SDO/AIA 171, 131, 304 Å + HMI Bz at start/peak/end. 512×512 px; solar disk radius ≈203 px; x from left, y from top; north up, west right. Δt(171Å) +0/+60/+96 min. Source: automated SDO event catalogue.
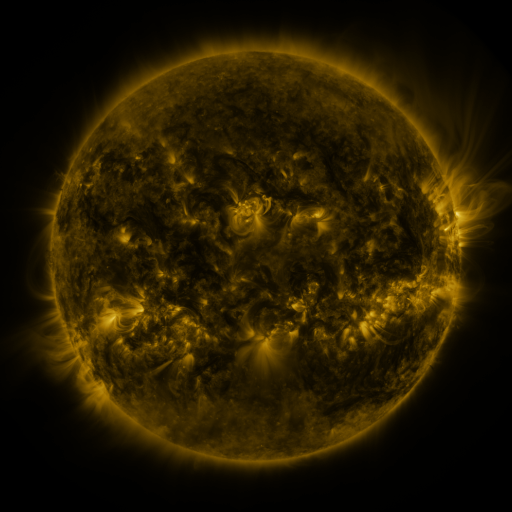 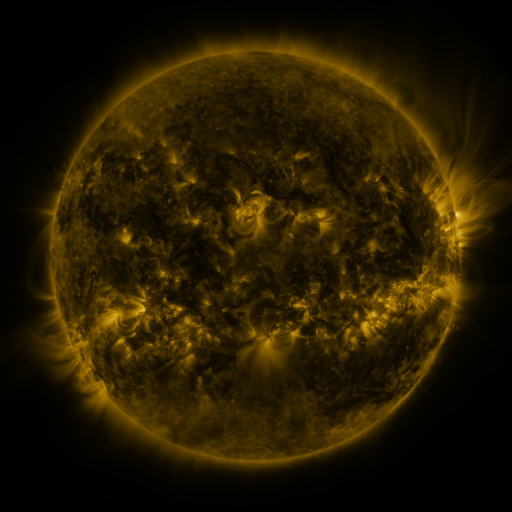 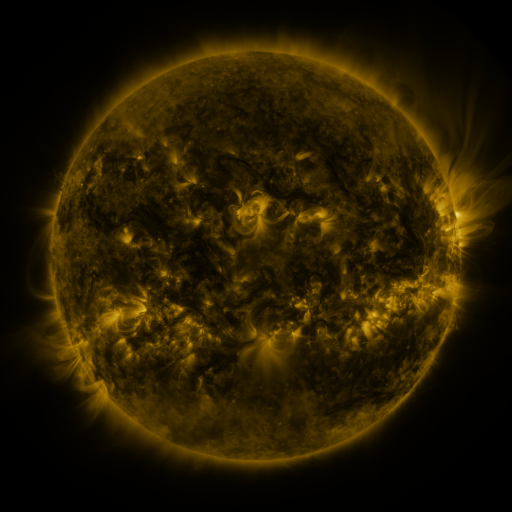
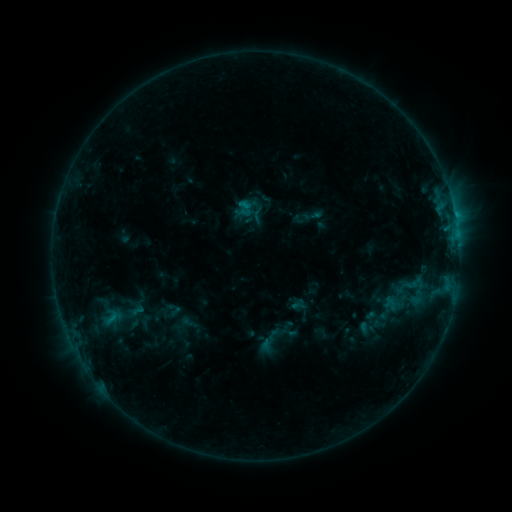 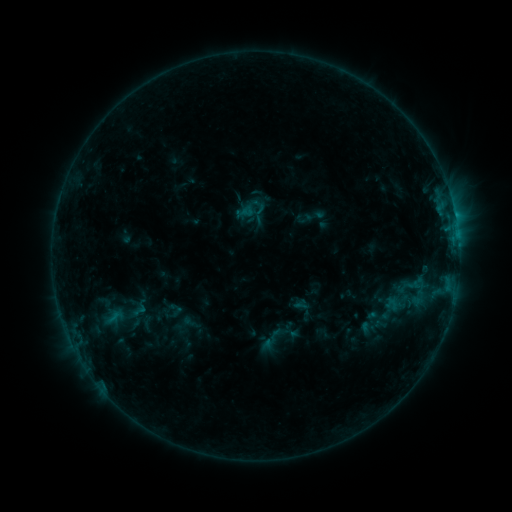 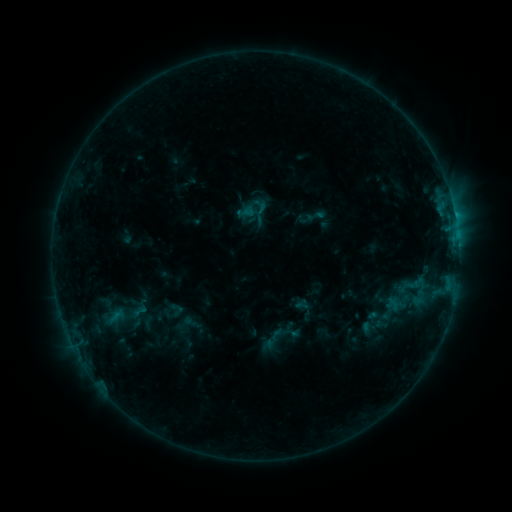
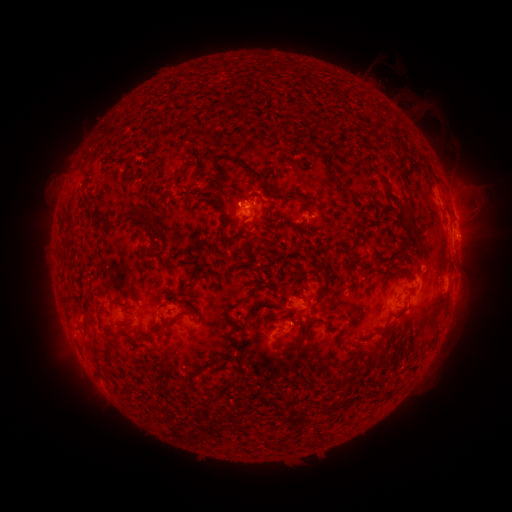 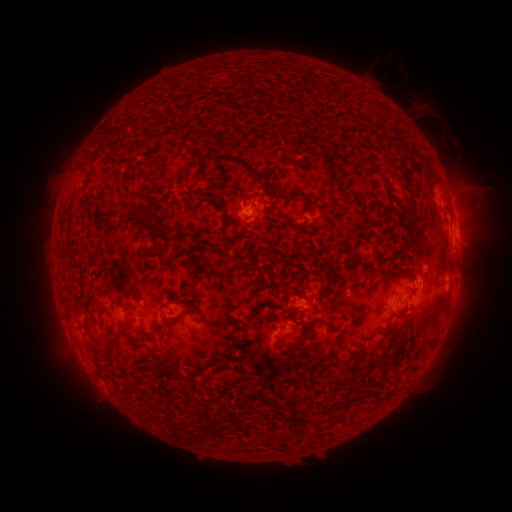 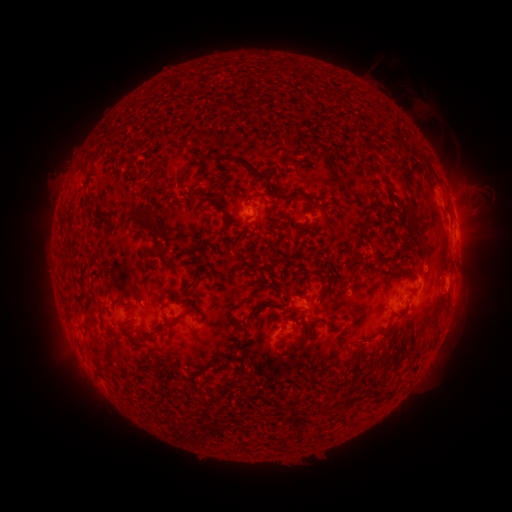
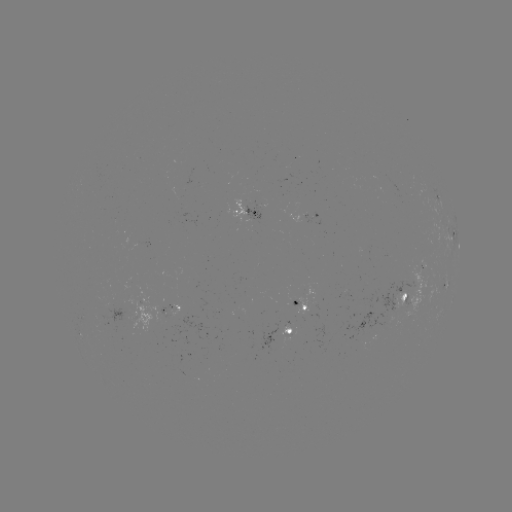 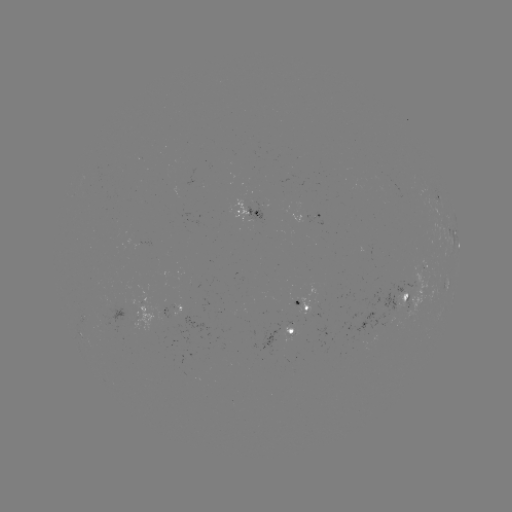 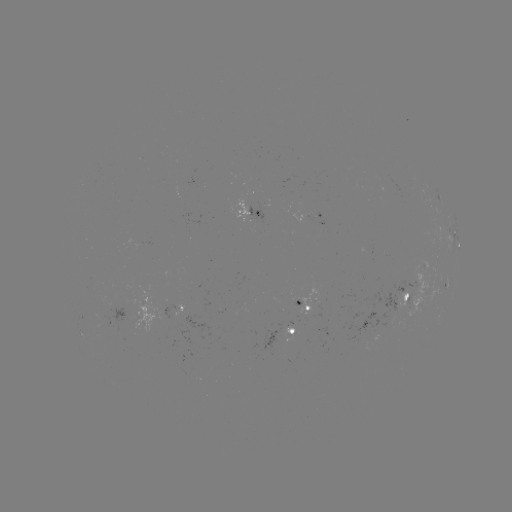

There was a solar emerging-flux region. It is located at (309, 310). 